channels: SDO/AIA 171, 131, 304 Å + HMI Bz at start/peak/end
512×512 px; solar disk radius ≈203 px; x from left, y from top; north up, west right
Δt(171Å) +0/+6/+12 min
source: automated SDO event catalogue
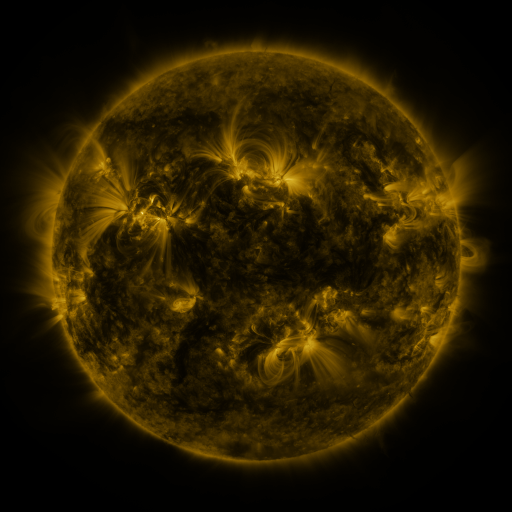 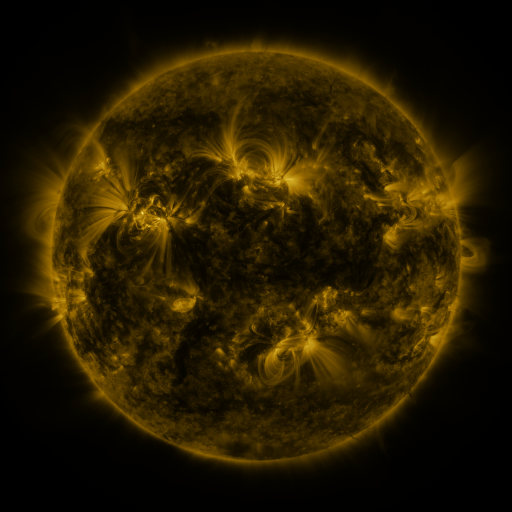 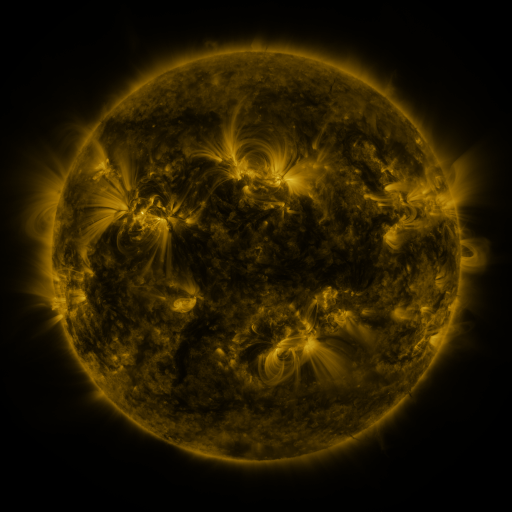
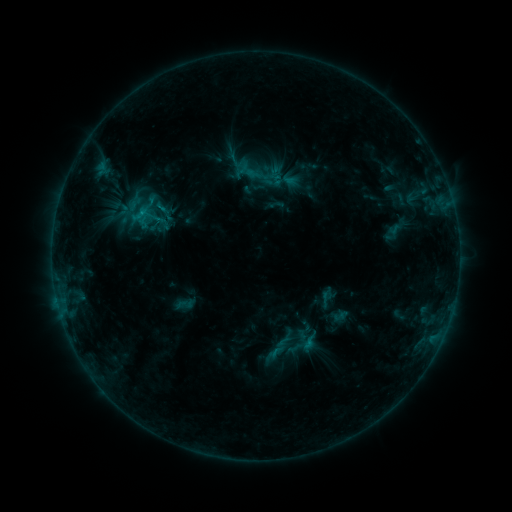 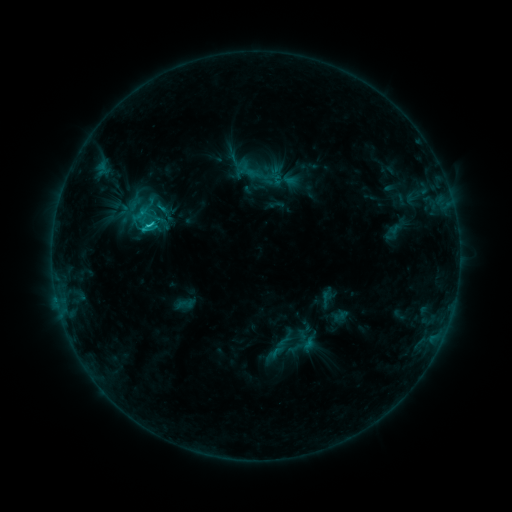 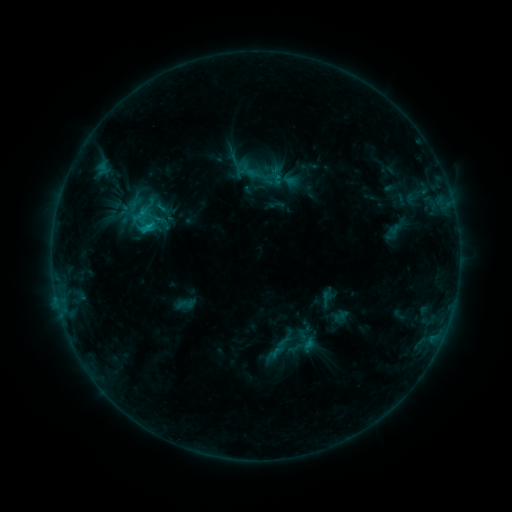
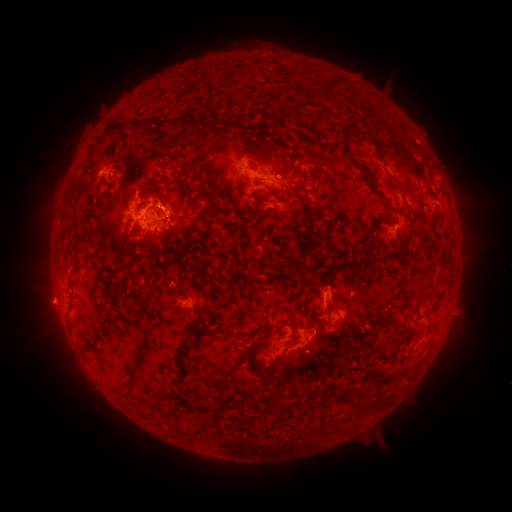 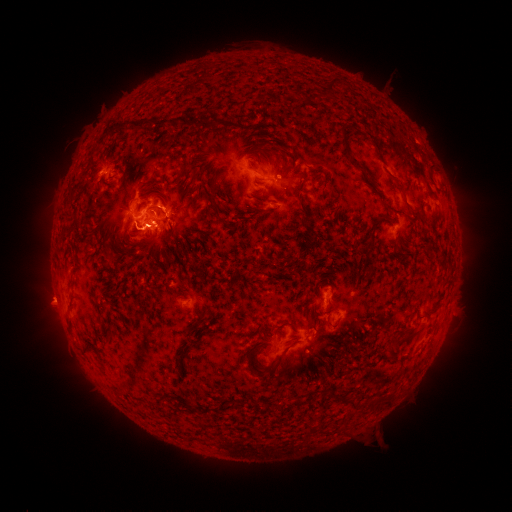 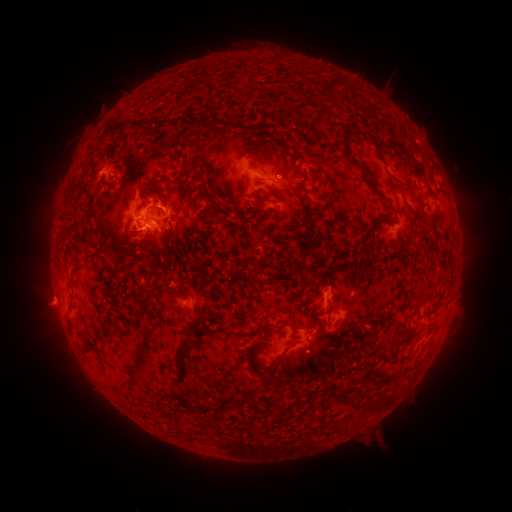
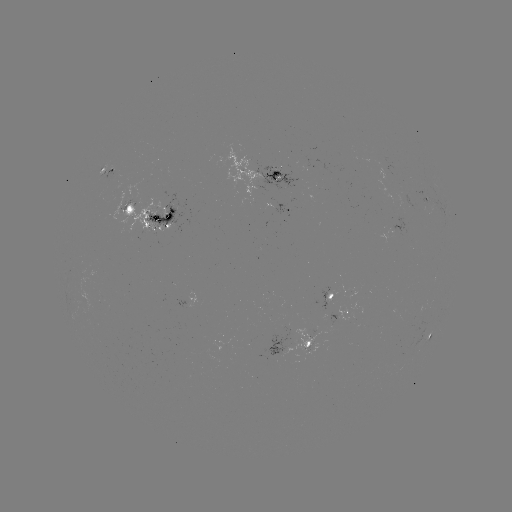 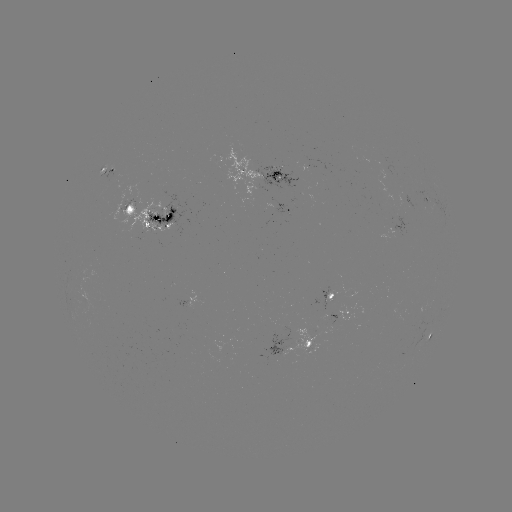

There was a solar flare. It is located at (151, 228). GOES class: C2.1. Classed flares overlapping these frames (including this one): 1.